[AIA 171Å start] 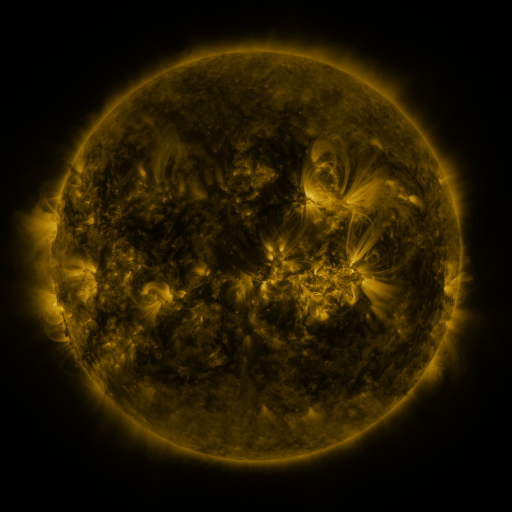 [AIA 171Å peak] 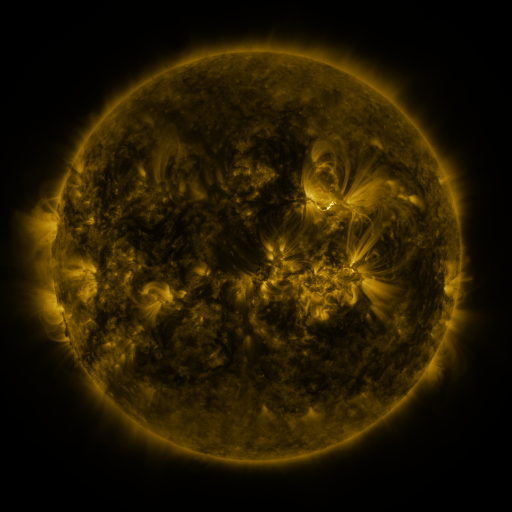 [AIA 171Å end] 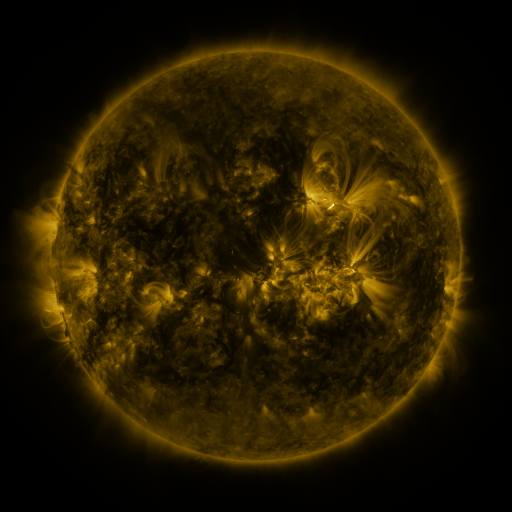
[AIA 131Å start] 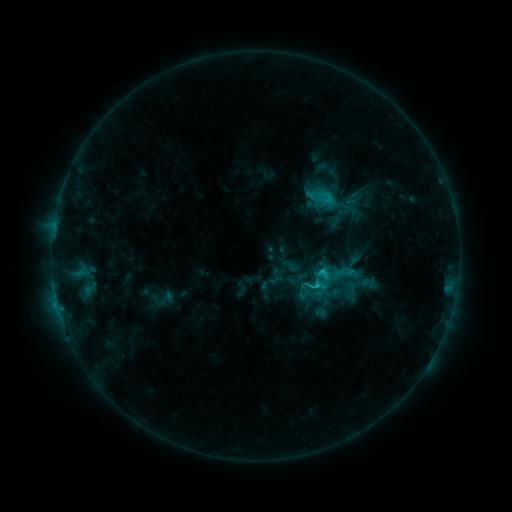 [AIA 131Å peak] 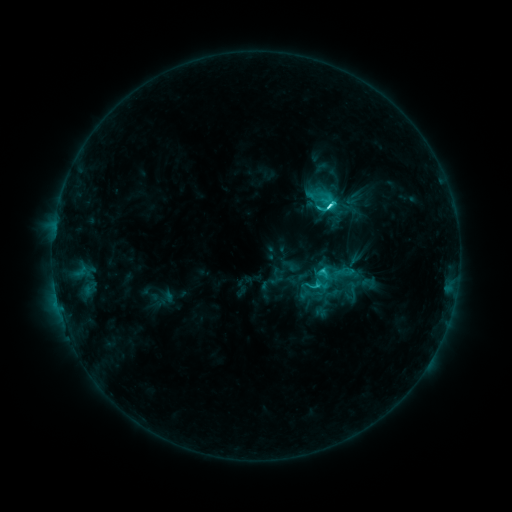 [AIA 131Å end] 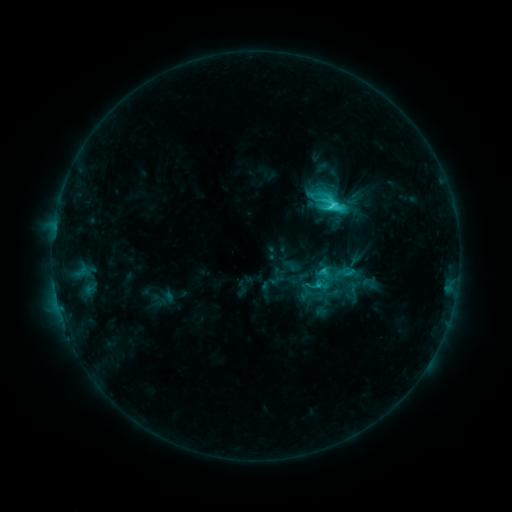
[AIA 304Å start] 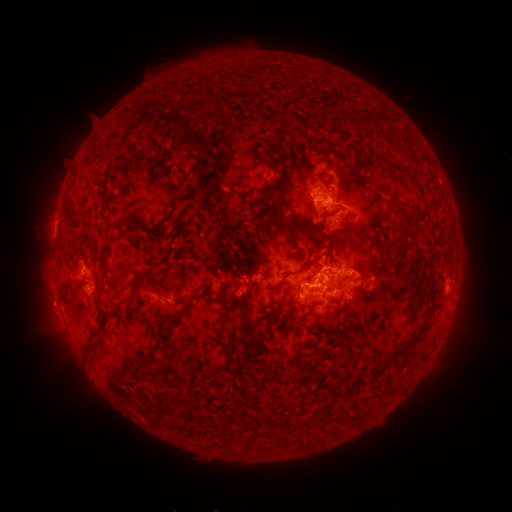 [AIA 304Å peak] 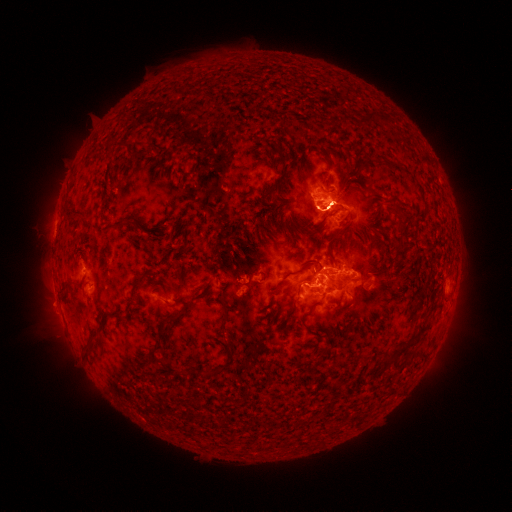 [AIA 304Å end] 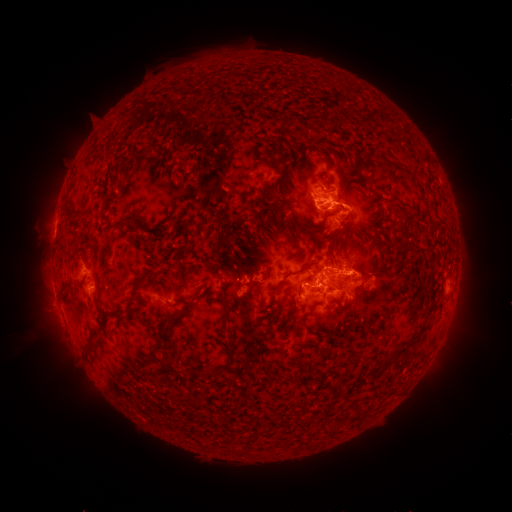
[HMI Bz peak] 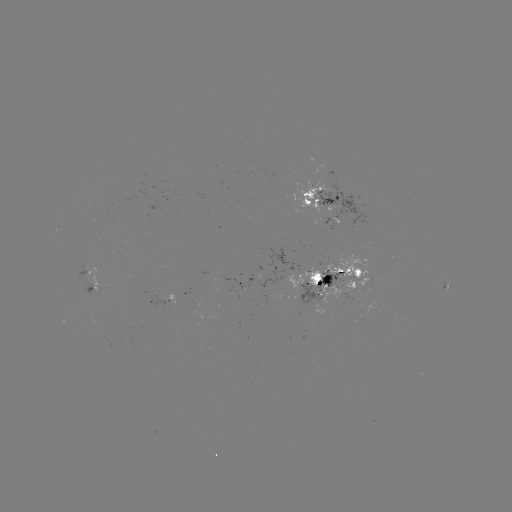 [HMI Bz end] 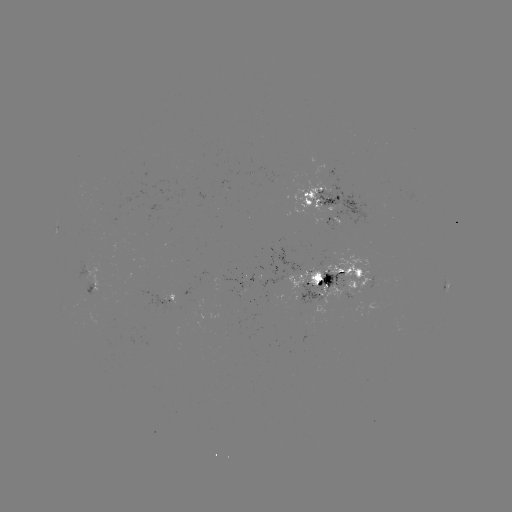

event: flare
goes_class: C6.5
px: (328, 207)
